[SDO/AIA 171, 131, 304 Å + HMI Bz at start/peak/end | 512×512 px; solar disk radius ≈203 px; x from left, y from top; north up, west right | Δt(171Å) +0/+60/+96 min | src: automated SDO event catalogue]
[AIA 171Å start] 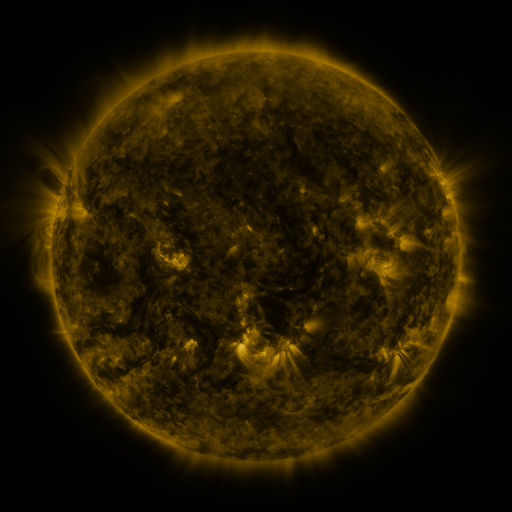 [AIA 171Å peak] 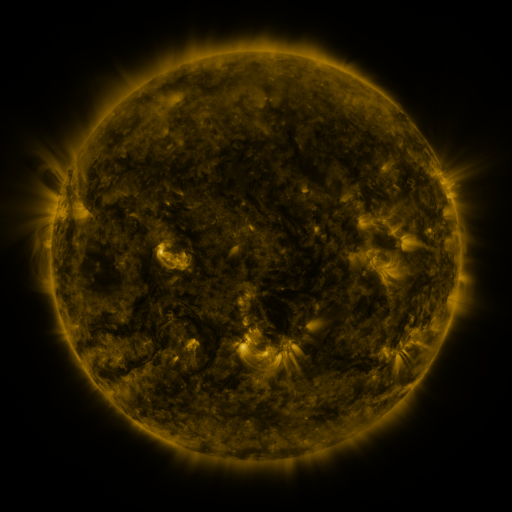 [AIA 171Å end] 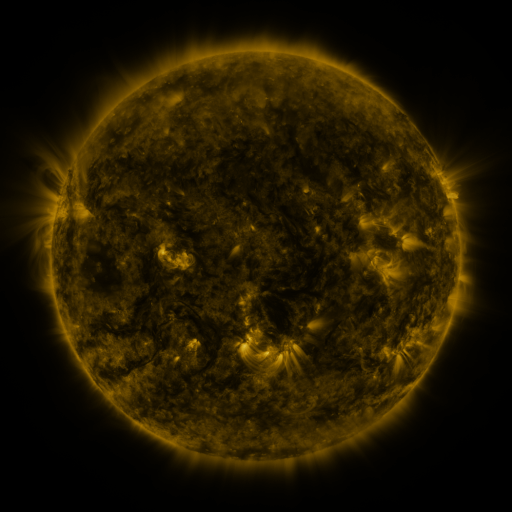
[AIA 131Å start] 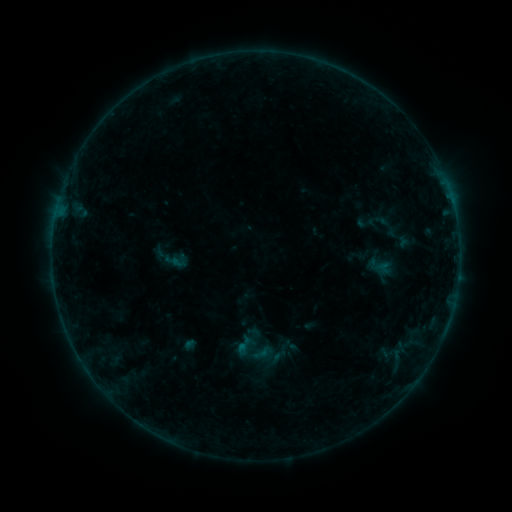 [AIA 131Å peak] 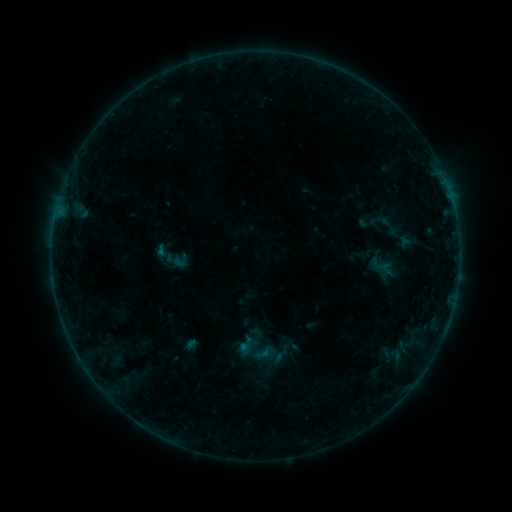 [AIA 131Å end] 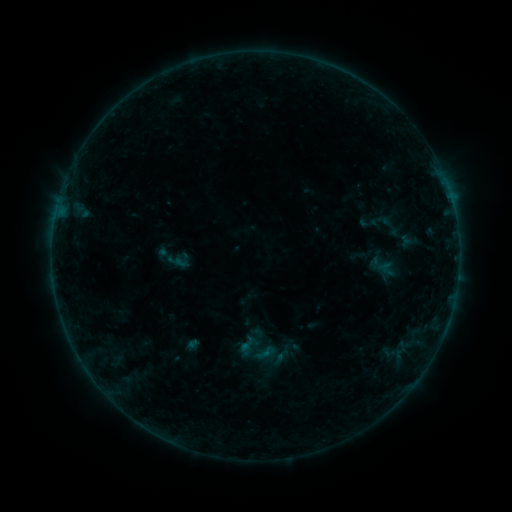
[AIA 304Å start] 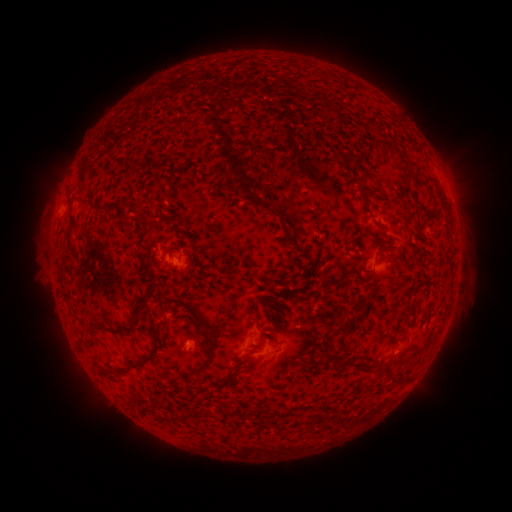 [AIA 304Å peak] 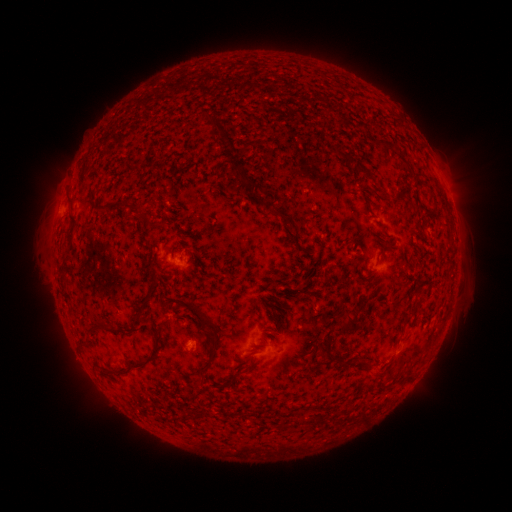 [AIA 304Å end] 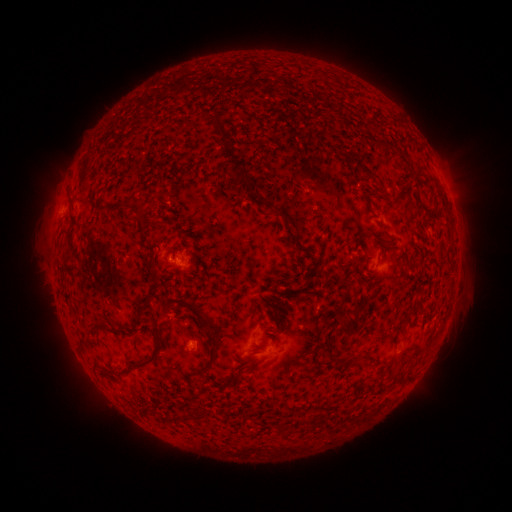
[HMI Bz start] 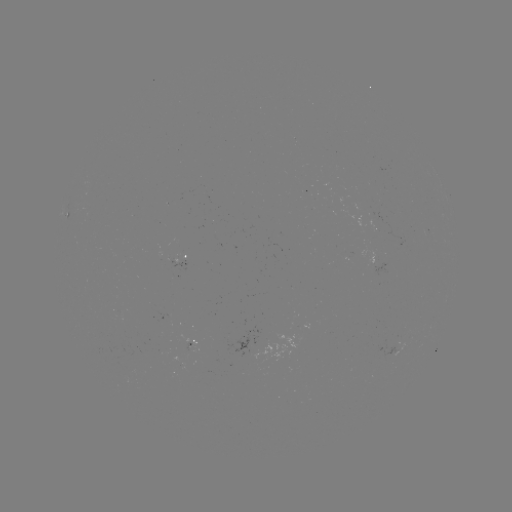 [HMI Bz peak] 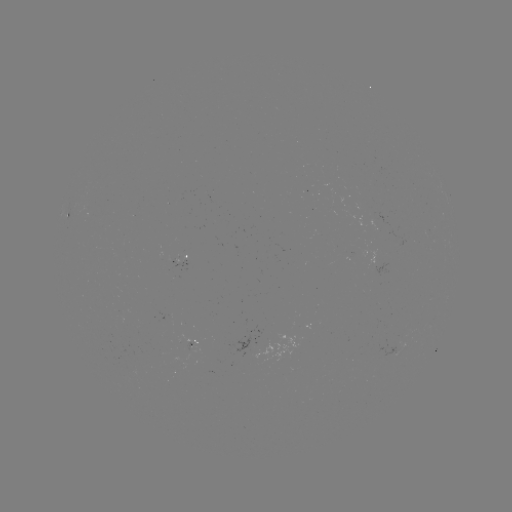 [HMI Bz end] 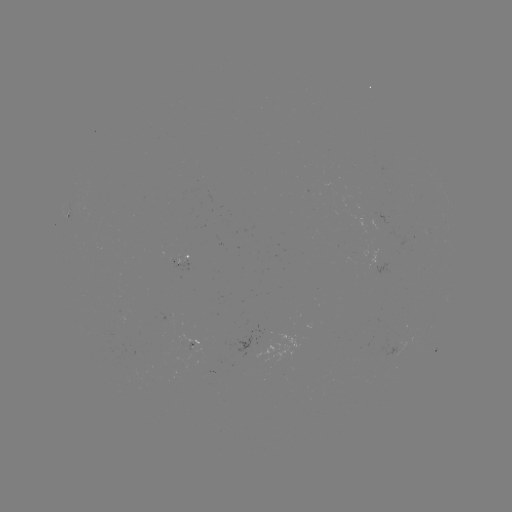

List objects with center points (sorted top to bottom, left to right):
emerging-flux region: (165, 320)
